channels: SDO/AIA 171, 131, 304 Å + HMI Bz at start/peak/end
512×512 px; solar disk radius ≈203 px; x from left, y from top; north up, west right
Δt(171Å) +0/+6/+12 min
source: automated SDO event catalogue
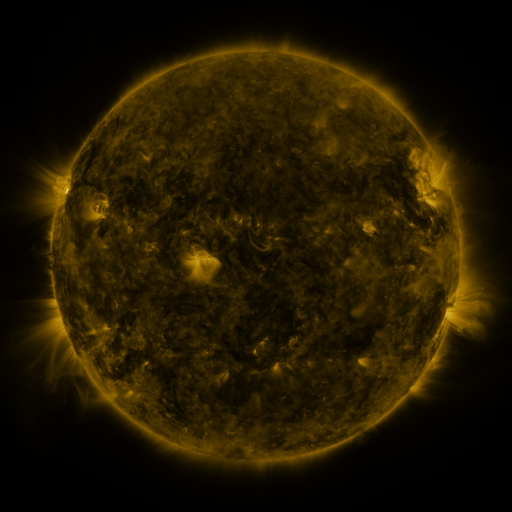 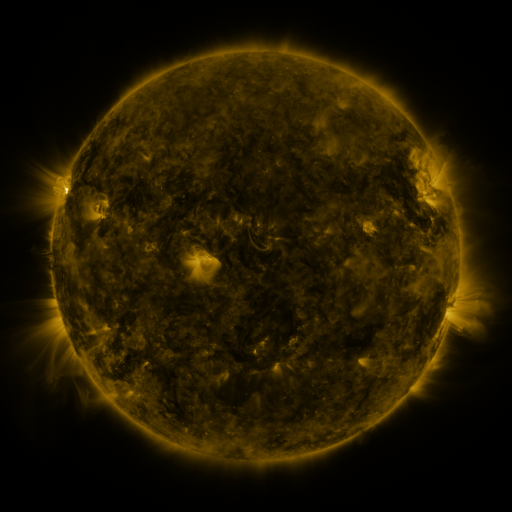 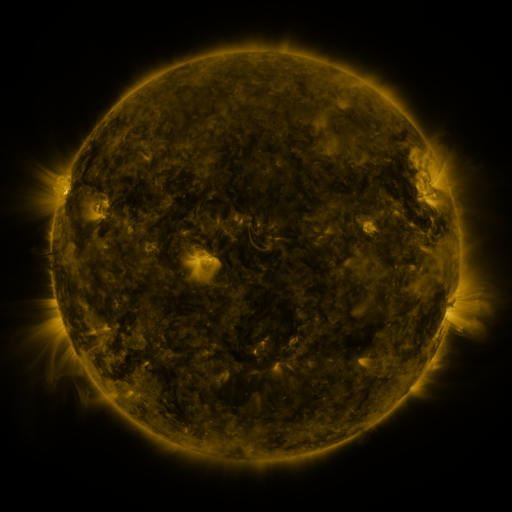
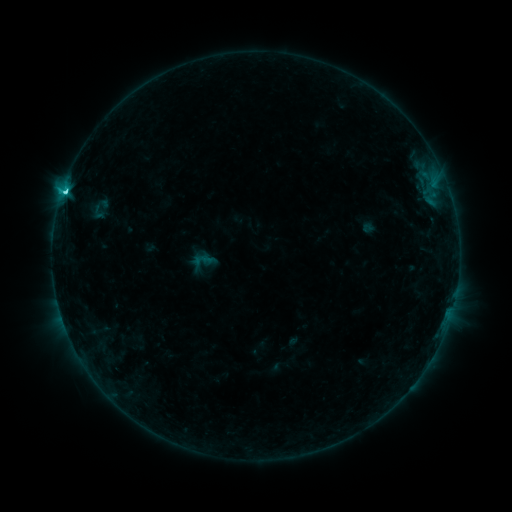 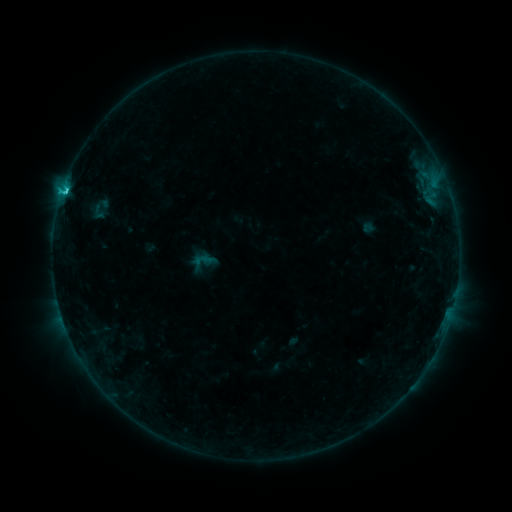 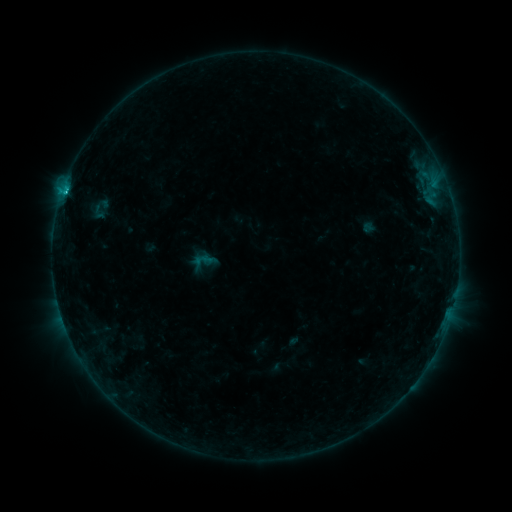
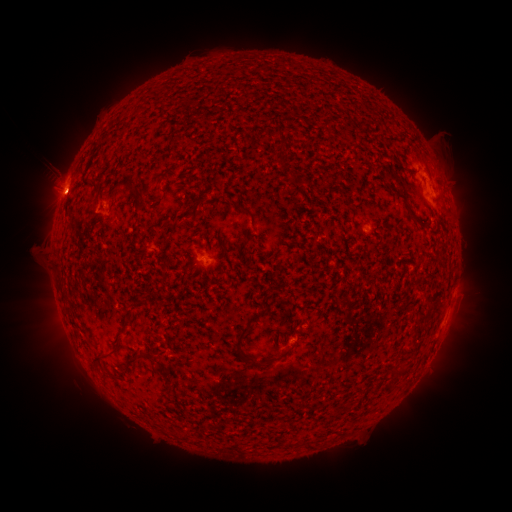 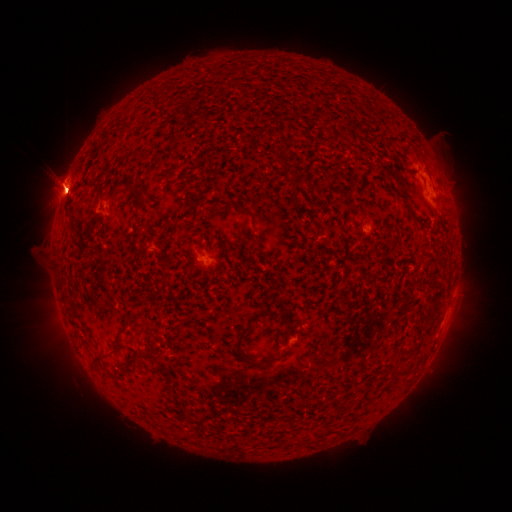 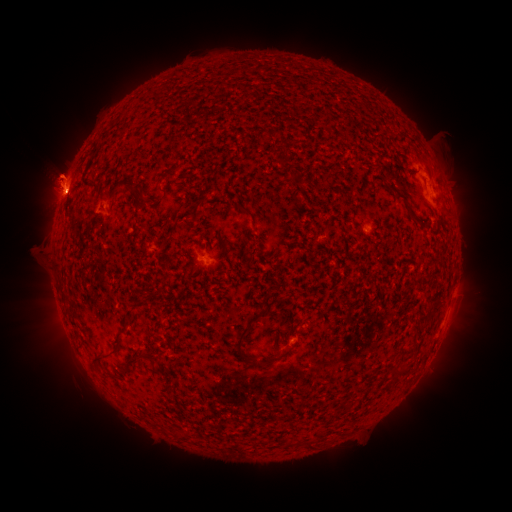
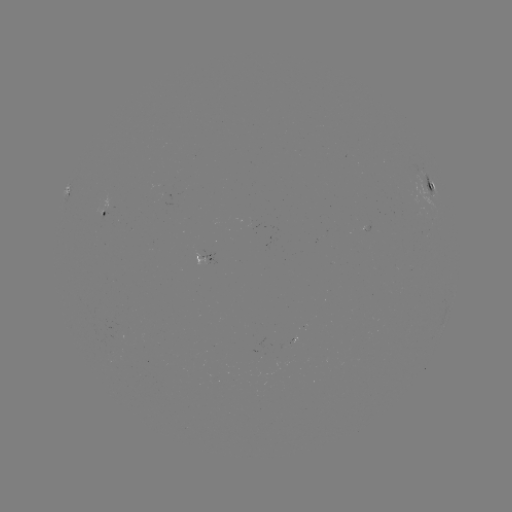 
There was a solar eruption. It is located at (81, 354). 